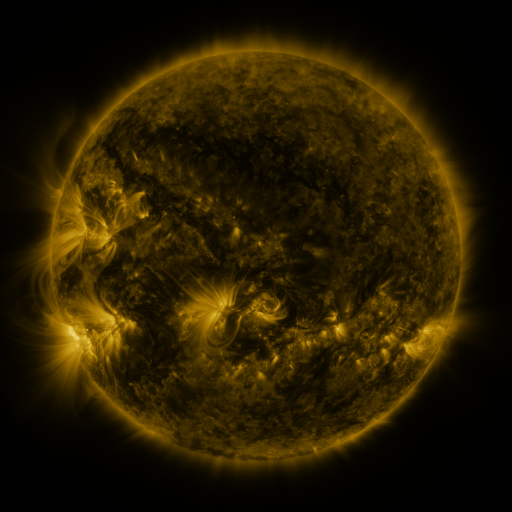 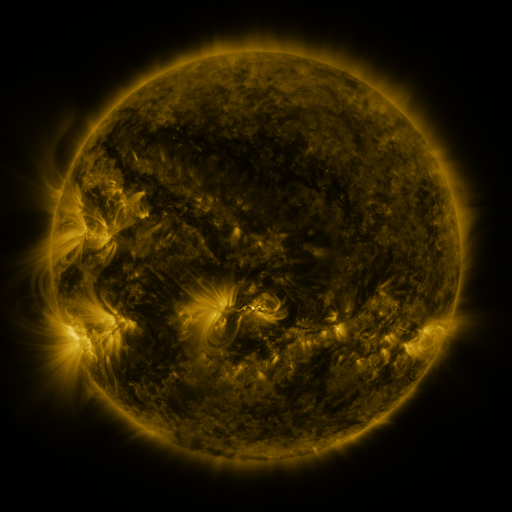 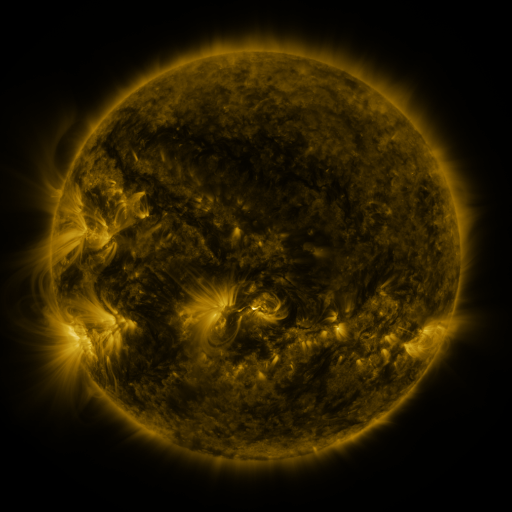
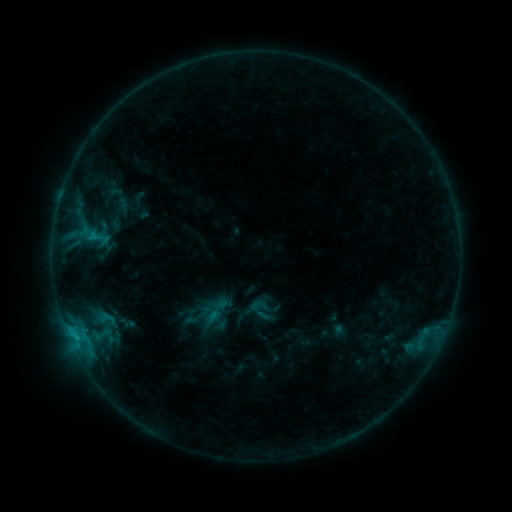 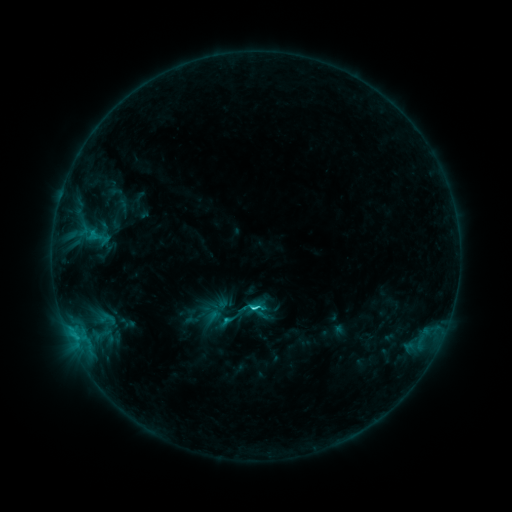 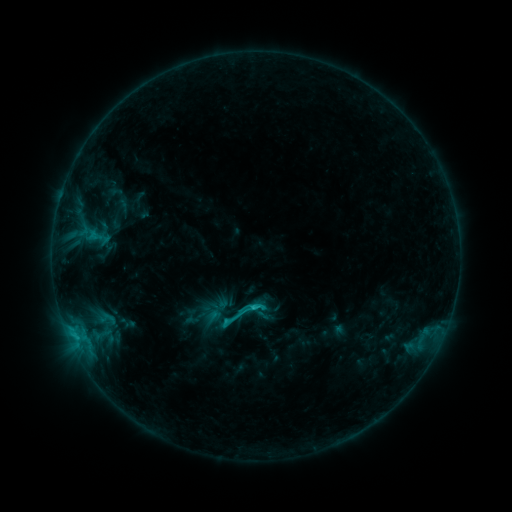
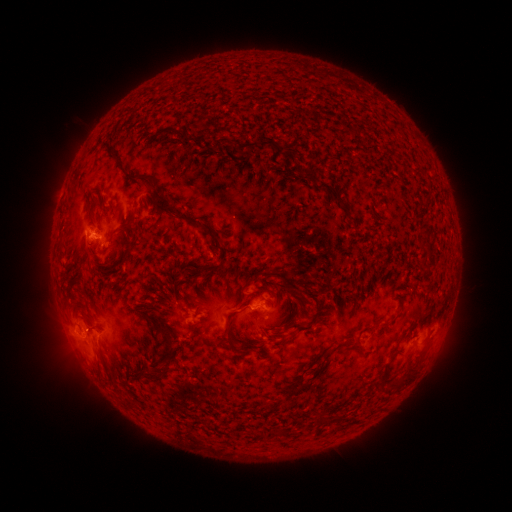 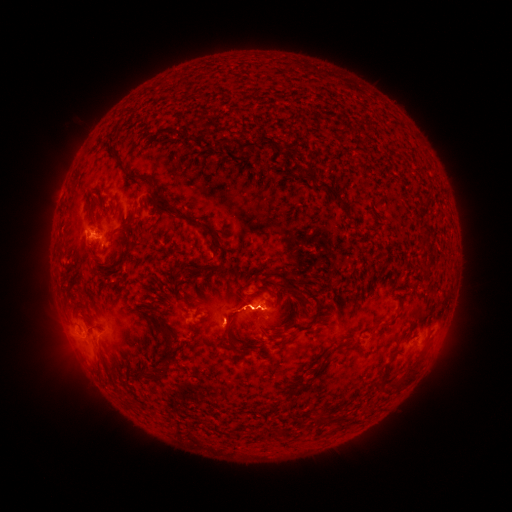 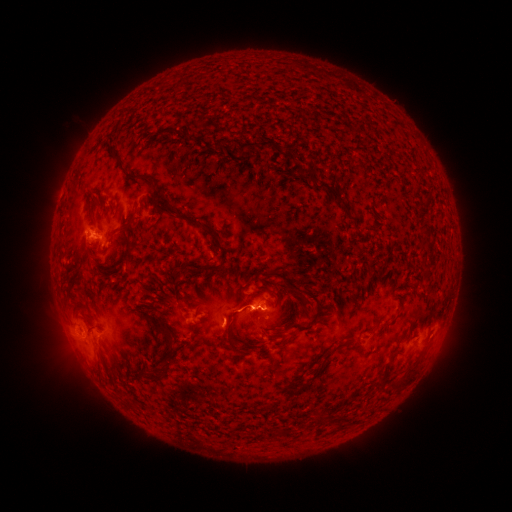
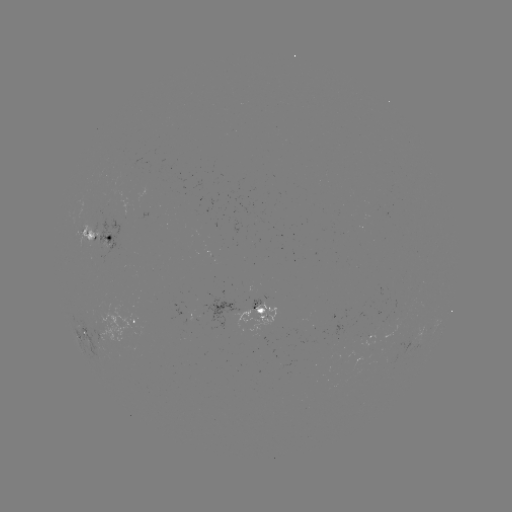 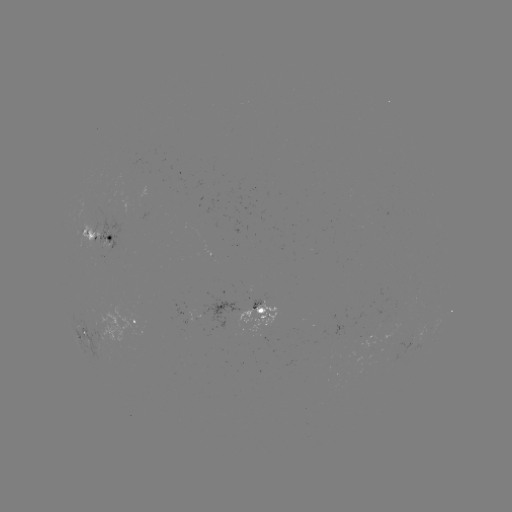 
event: flare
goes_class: C1.9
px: (256, 307)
